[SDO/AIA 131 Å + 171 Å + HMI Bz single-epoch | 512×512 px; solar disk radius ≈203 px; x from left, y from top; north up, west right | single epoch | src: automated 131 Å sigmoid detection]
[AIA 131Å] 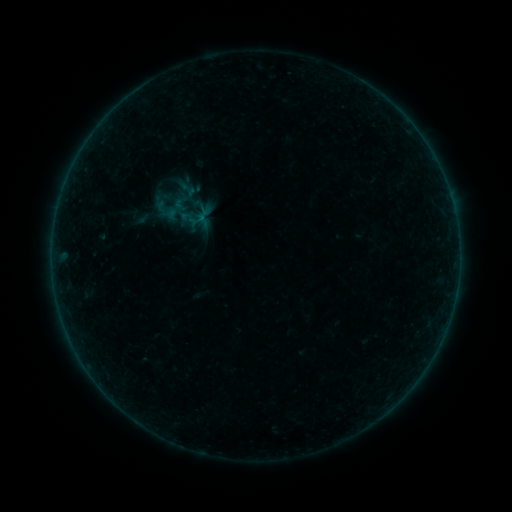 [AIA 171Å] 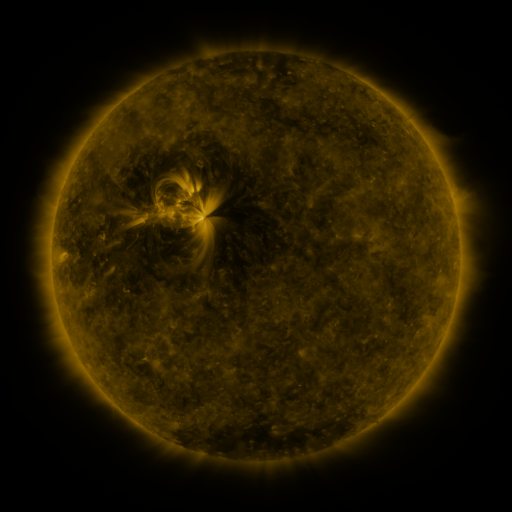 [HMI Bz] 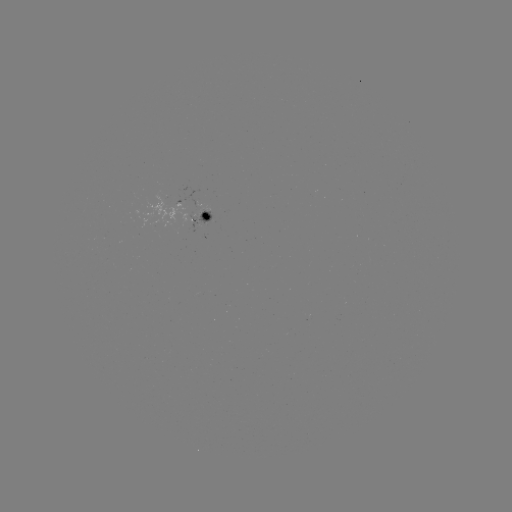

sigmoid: (170, 192, 191, 213)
